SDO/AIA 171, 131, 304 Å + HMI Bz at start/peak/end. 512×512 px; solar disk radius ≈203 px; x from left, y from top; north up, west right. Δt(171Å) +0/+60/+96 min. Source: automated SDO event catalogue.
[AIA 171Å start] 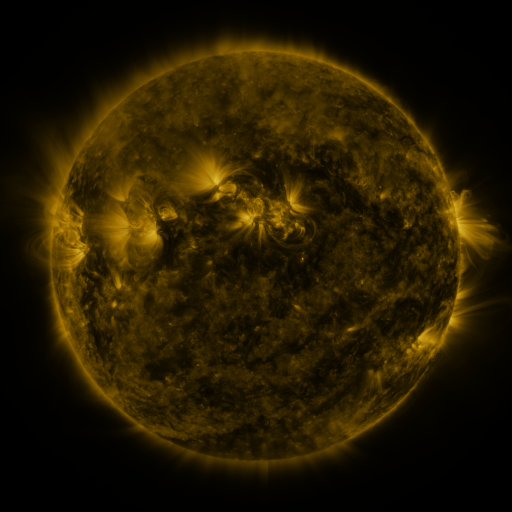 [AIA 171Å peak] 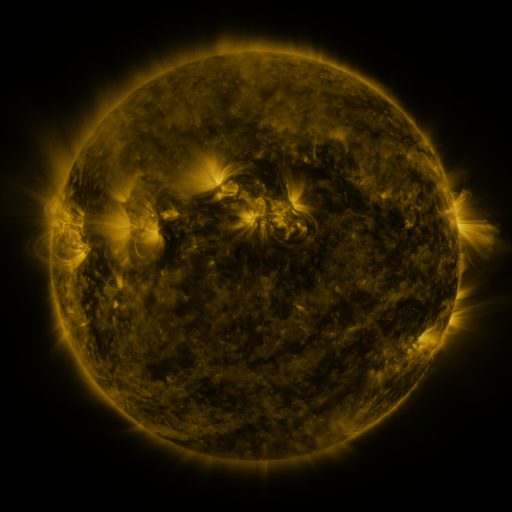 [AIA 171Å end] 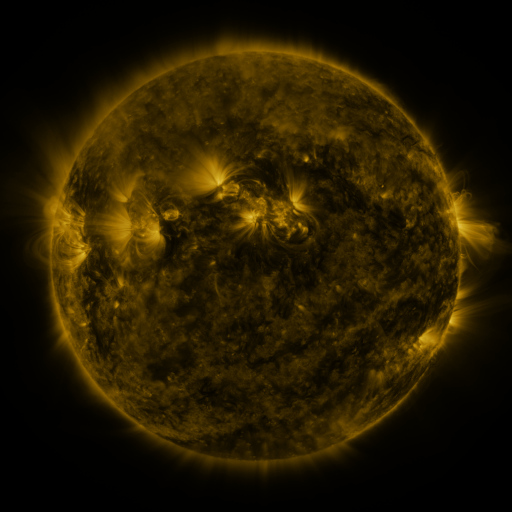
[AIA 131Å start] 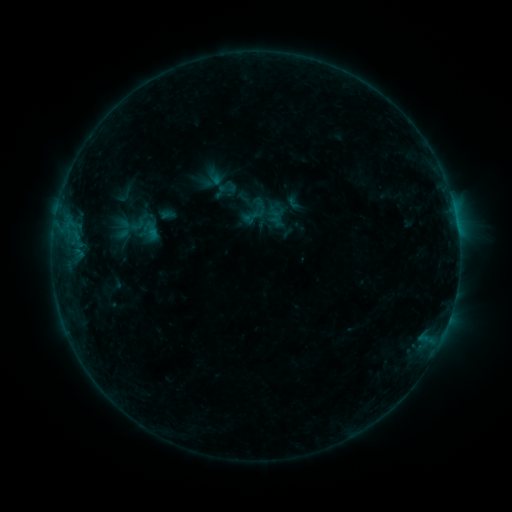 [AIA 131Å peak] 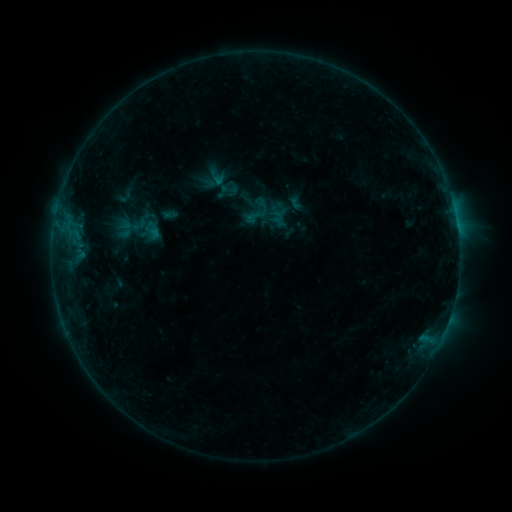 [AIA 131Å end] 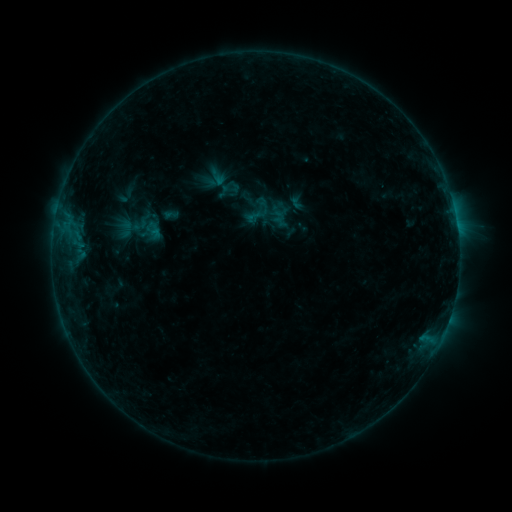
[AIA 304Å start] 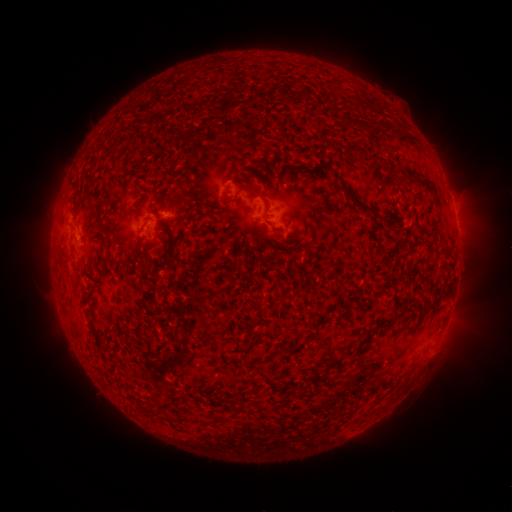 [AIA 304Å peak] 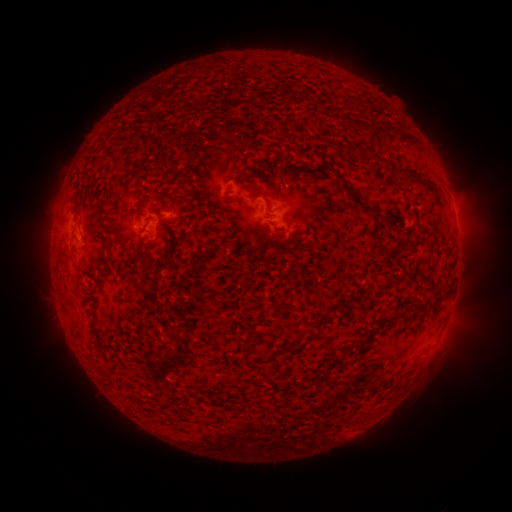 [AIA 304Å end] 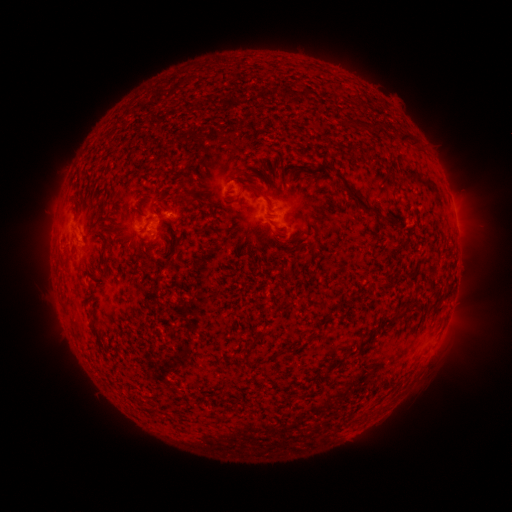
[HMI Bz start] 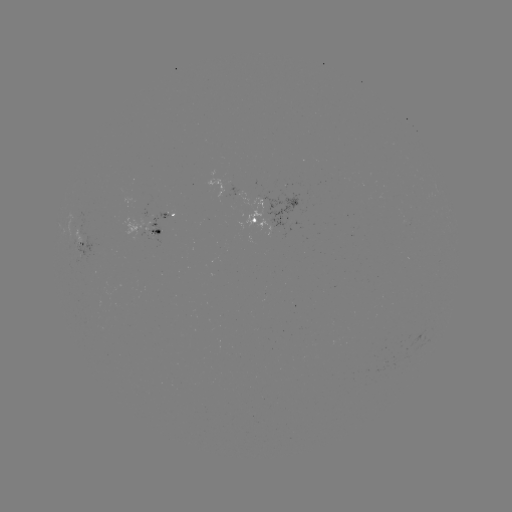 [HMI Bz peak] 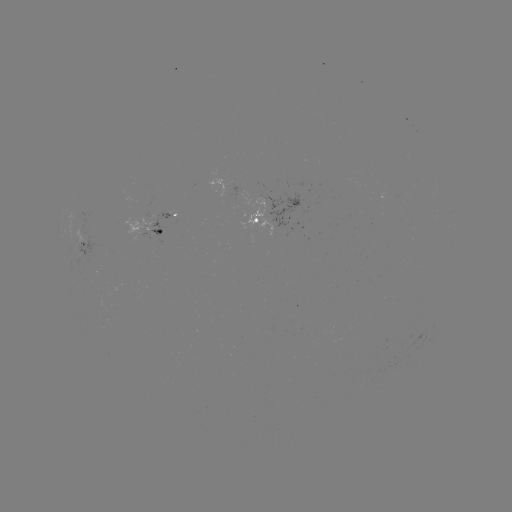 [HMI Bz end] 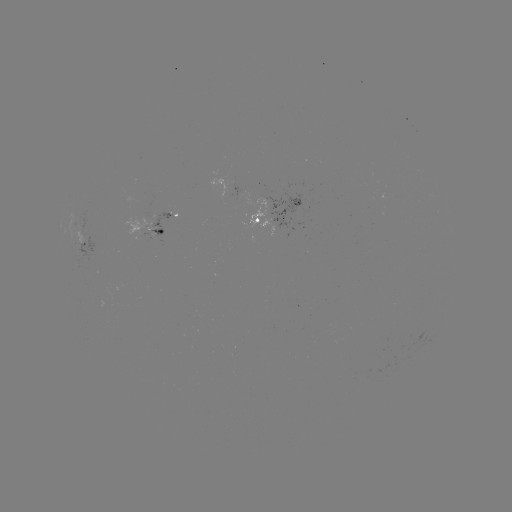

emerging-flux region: (145, 196, 154, 215)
